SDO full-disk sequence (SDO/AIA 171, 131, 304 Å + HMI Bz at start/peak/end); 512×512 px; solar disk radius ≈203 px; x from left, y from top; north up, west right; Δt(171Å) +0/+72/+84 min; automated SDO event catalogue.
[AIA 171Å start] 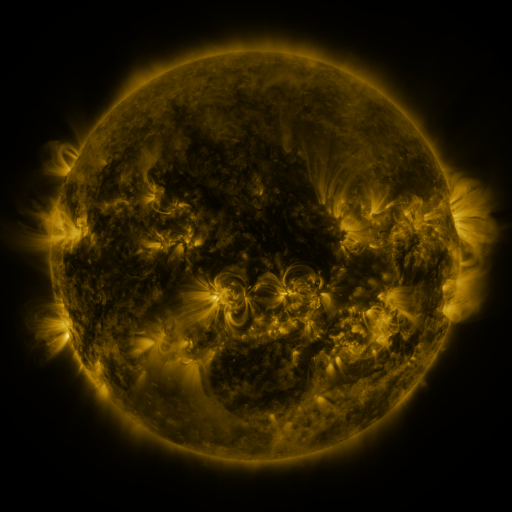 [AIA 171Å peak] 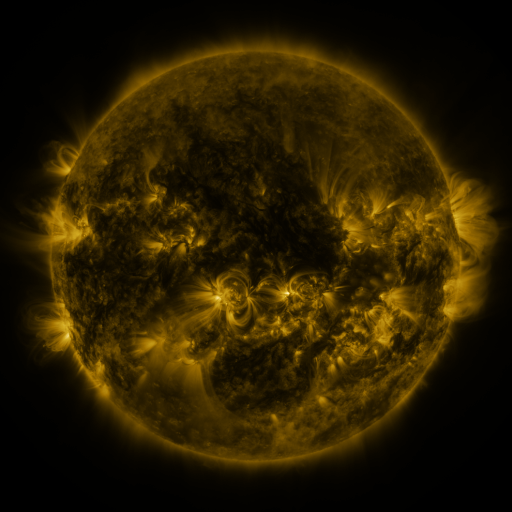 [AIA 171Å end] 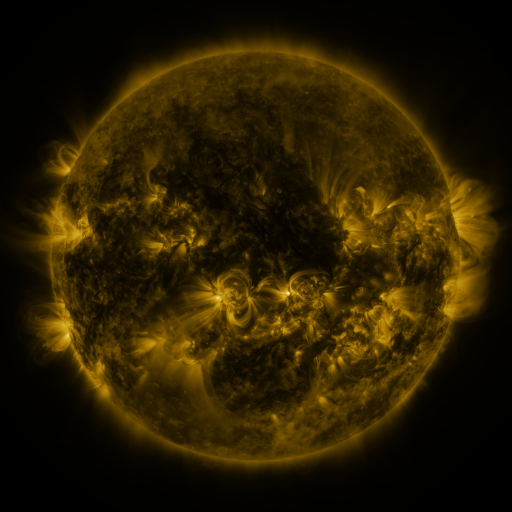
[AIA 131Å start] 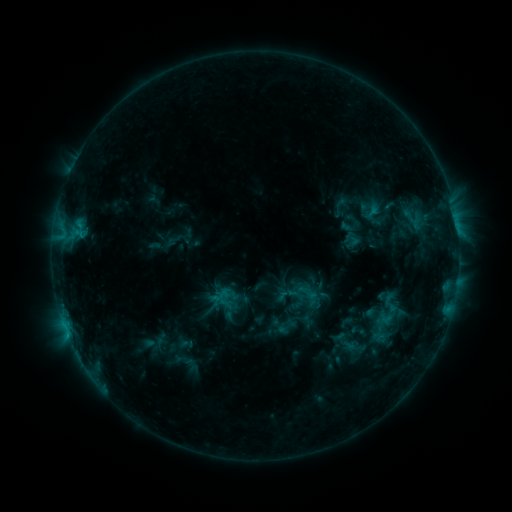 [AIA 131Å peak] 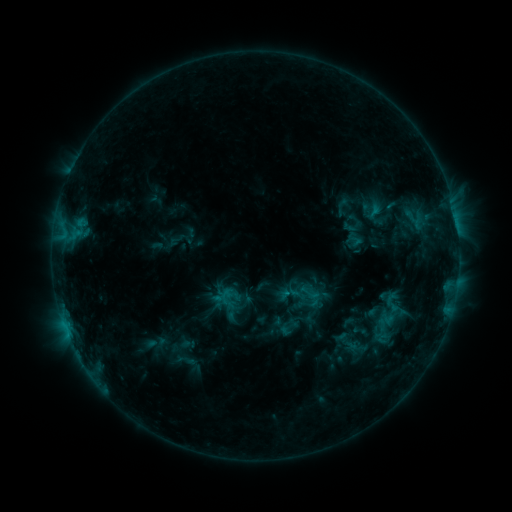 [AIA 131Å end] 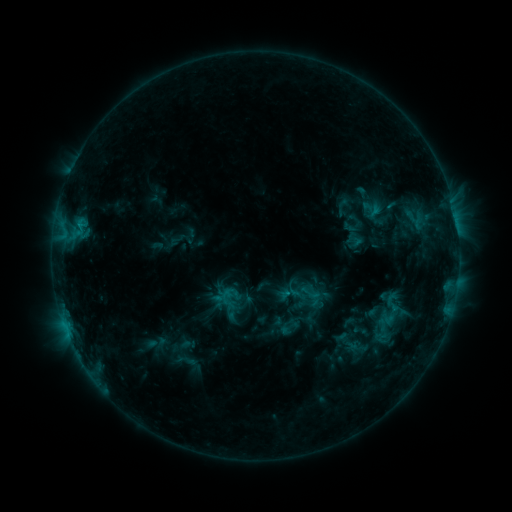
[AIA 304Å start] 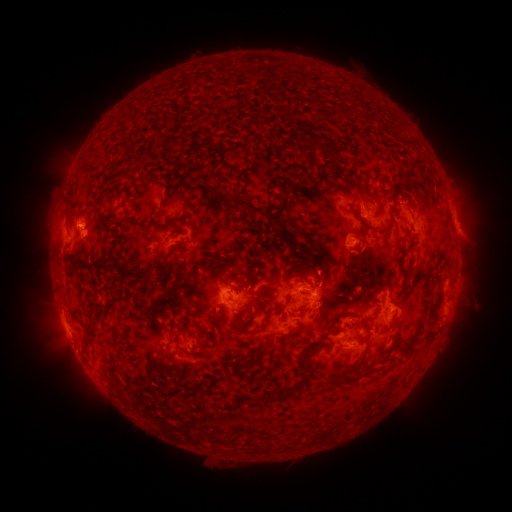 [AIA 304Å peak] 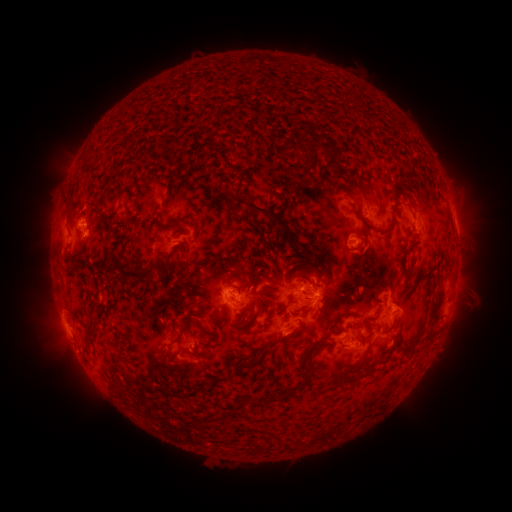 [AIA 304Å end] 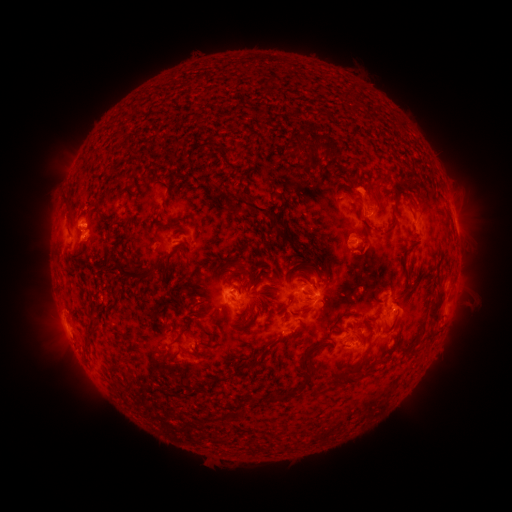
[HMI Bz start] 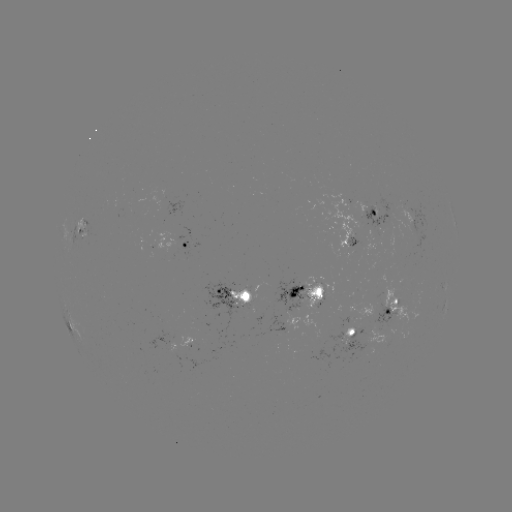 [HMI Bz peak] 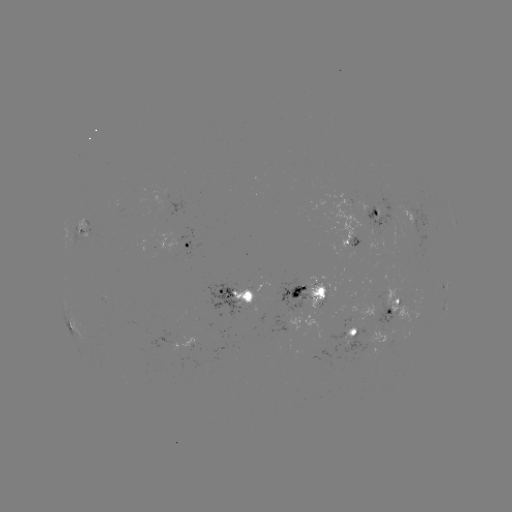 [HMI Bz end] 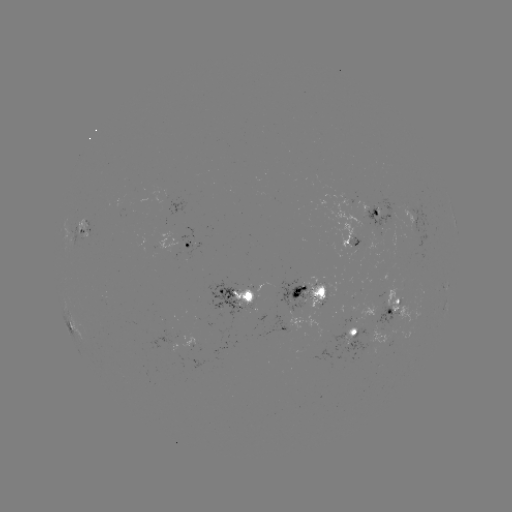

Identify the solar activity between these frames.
emerging-flux region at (349, 210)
